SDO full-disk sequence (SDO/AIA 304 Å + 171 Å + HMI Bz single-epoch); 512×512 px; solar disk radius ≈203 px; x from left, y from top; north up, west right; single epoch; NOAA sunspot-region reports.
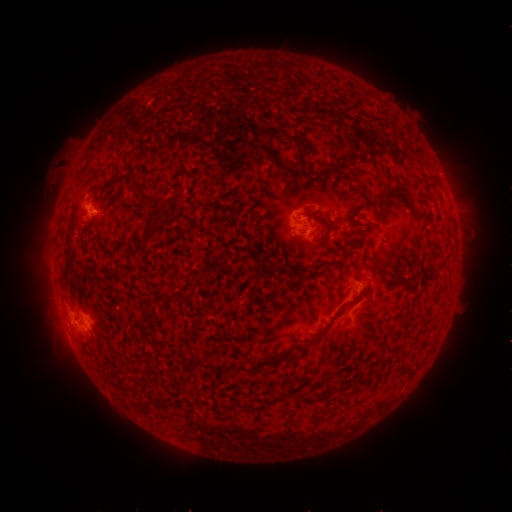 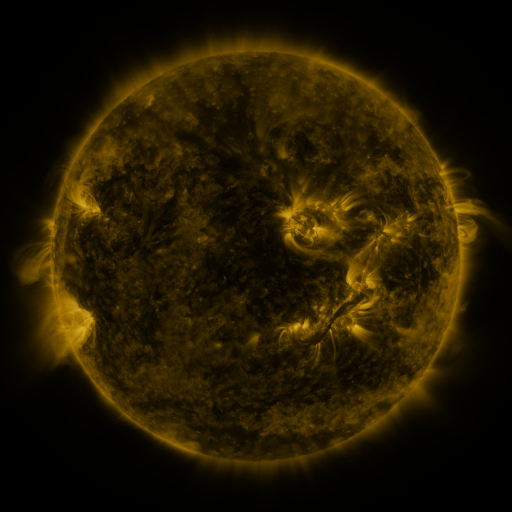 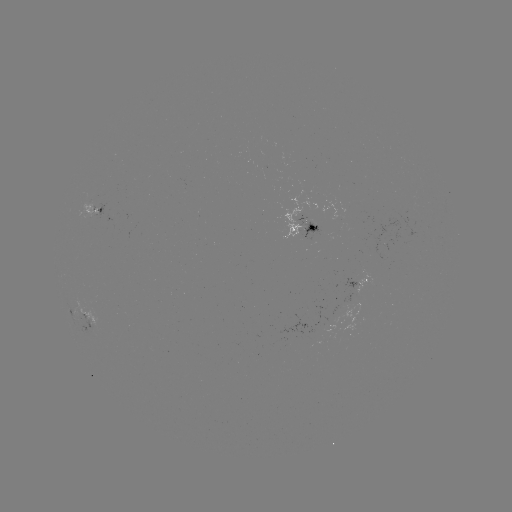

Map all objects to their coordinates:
spotted active region: (93, 212)
spotted active region: (308, 230)
spotted active region: (367, 282)
spotted active region: (69, 313)
